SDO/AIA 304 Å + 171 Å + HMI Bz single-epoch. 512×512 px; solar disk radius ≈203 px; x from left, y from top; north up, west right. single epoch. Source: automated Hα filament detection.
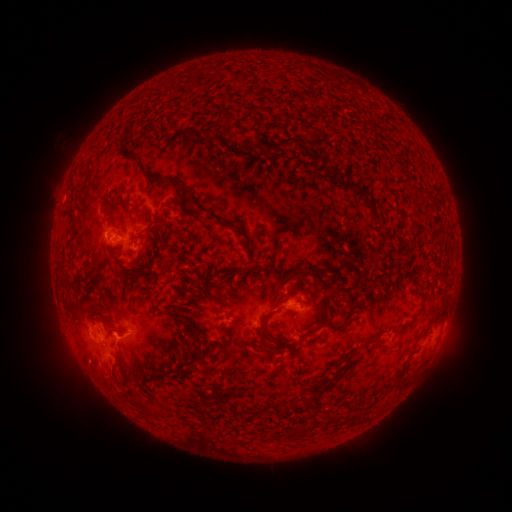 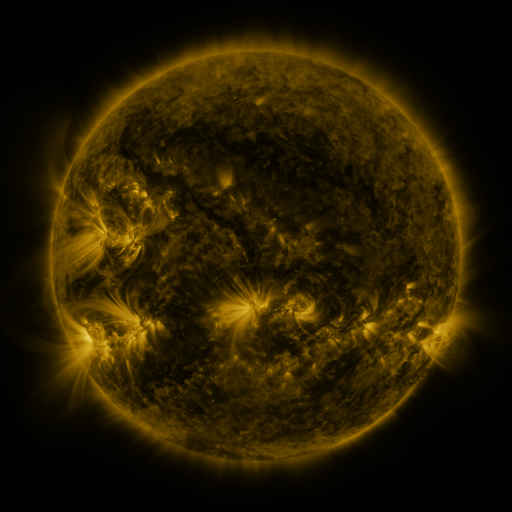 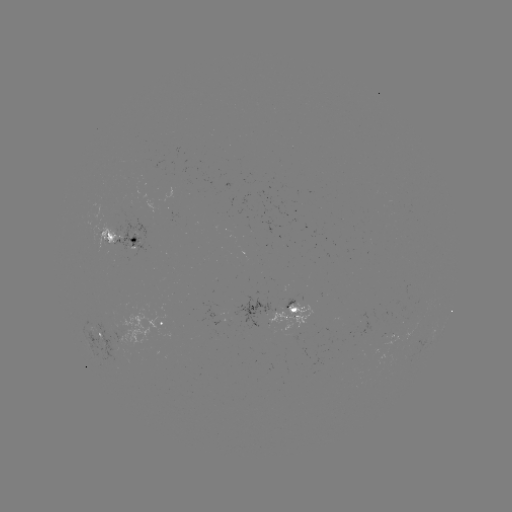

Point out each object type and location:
filament: [267, 136, 302, 157]
filament: [123, 146, 135, 157]
filament: [329, 167, 340, 182]
filament: [145, 171, 171, 184]
filament: [341, 180, 373, 209]
filament: [181, 197, 203, 222]
filament: [220, 221, 246, 237]
filament: [106, 230, 114, 240]
filament: [290, 269, 332, 294]
filament: [288, 285, 312, 297]
filament: [256, 310, 272, 348]
filament: [176, 315, 201, 343]
filament: [321, 318, 346, 333]
filament: [145, 403, 161, 416]
